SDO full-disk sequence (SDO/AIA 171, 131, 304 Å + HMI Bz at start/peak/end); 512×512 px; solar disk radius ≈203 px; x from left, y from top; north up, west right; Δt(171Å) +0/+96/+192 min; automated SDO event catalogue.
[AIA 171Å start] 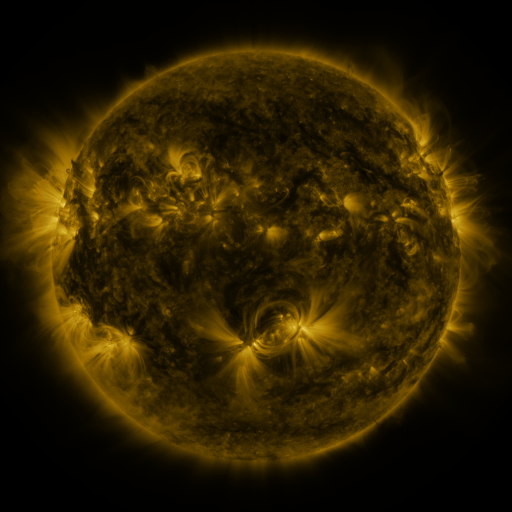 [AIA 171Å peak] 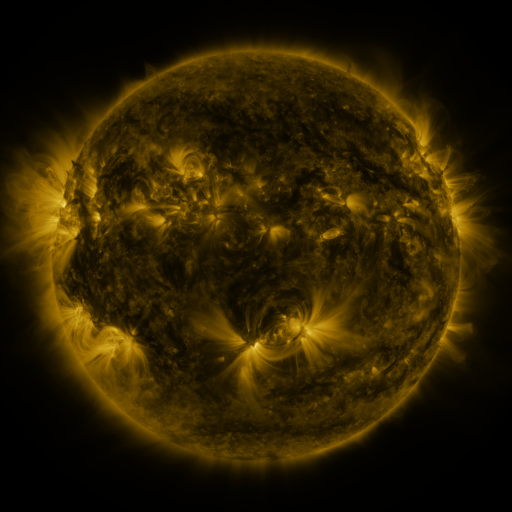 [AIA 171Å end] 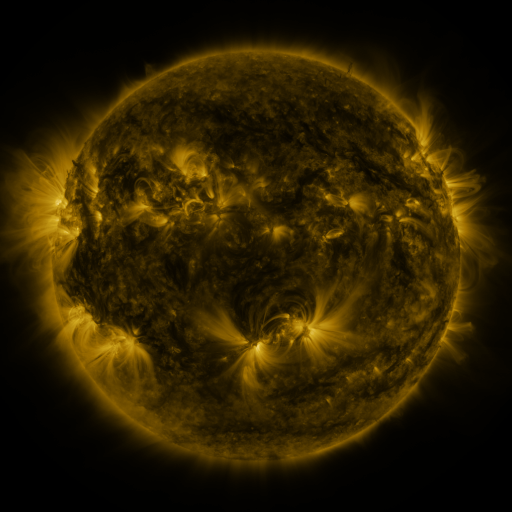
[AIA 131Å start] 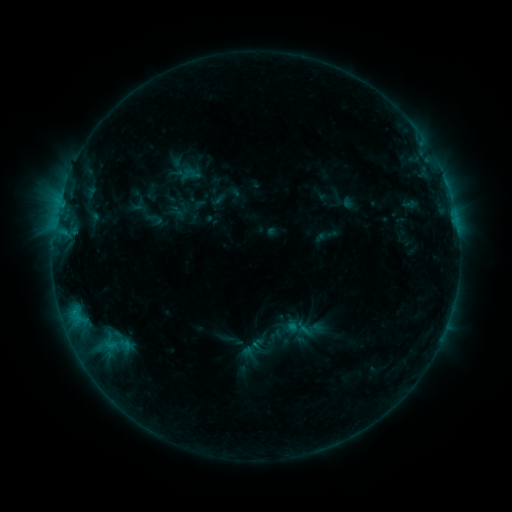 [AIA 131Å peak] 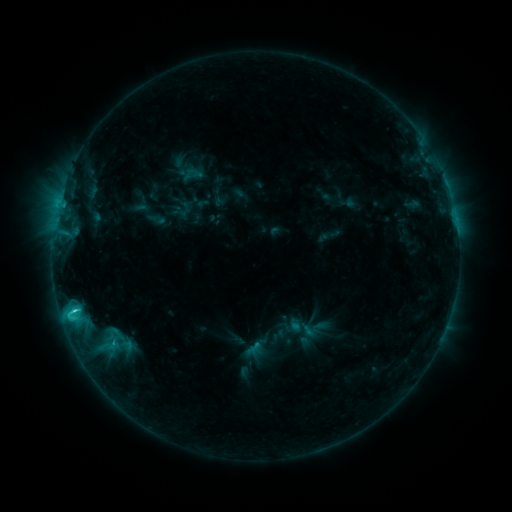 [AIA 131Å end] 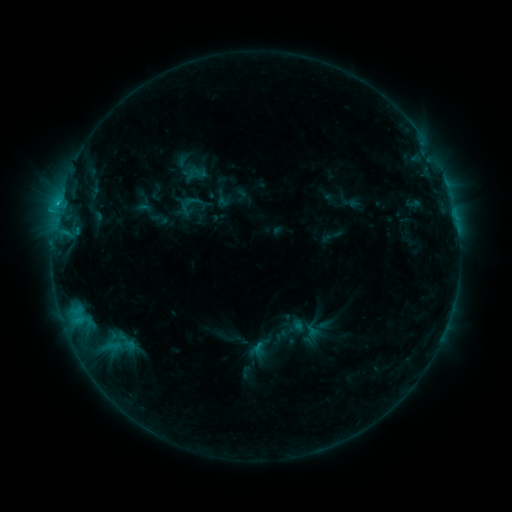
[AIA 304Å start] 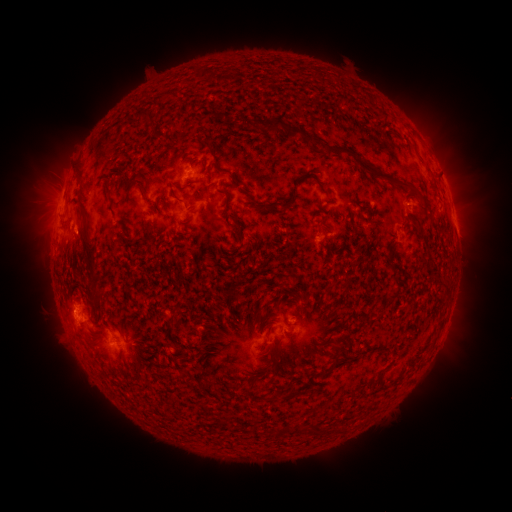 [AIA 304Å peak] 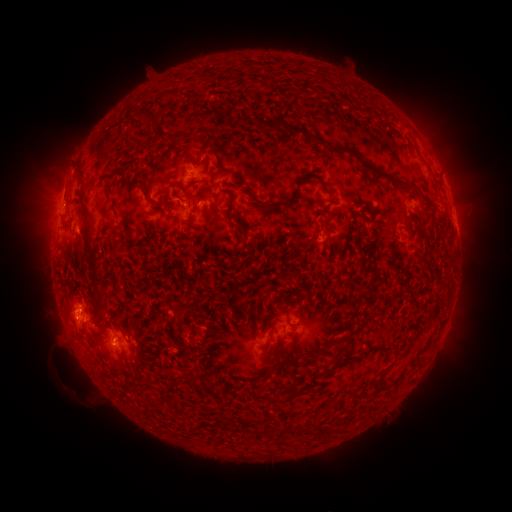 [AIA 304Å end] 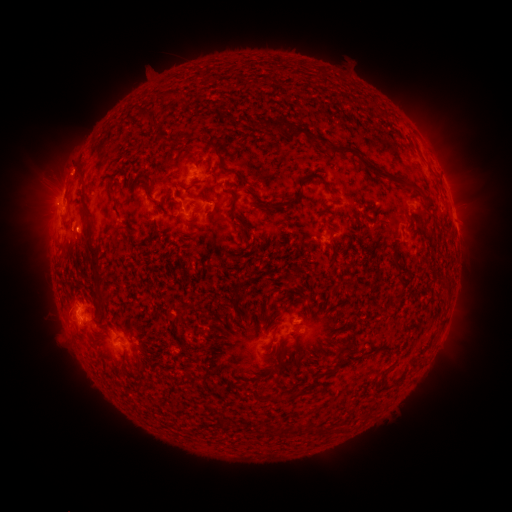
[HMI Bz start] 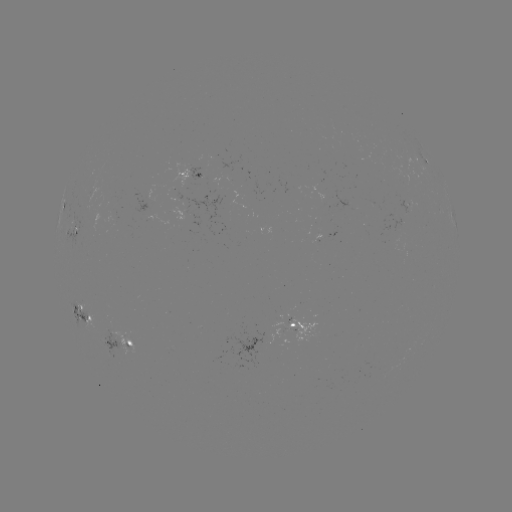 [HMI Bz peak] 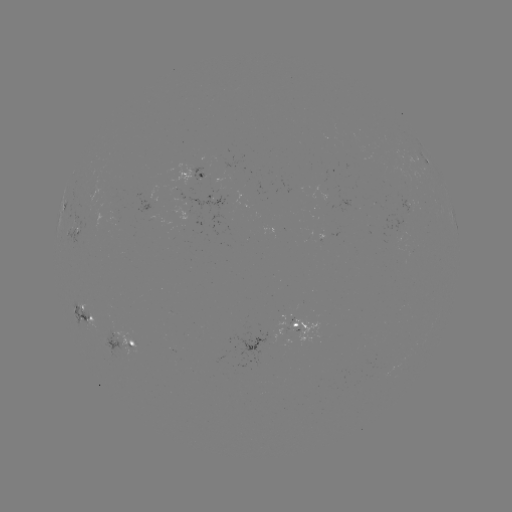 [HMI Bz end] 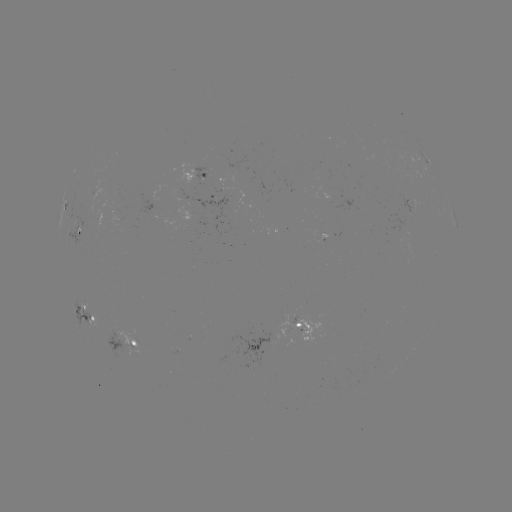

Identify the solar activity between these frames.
filament eruption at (48, 385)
